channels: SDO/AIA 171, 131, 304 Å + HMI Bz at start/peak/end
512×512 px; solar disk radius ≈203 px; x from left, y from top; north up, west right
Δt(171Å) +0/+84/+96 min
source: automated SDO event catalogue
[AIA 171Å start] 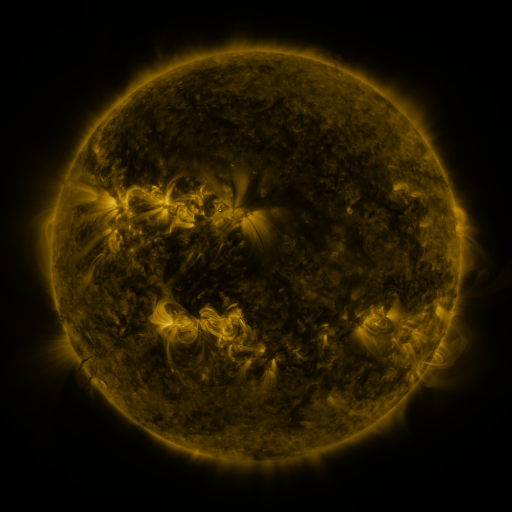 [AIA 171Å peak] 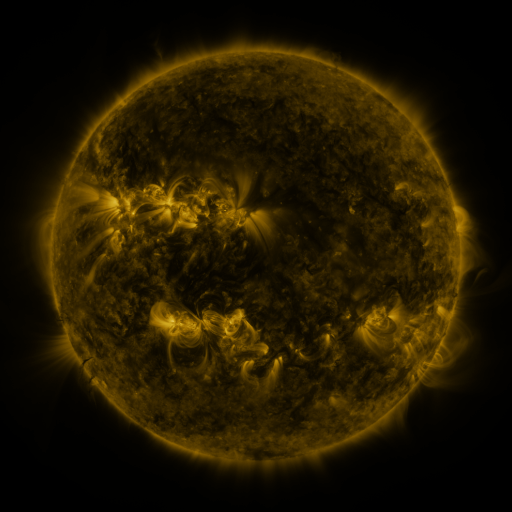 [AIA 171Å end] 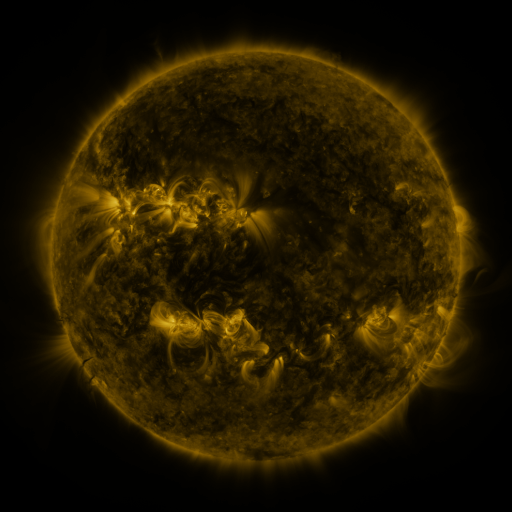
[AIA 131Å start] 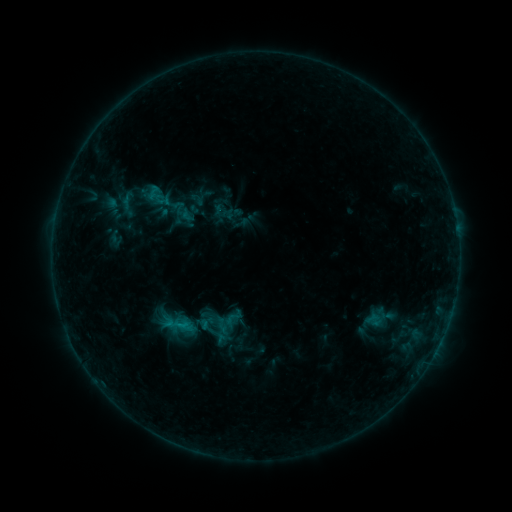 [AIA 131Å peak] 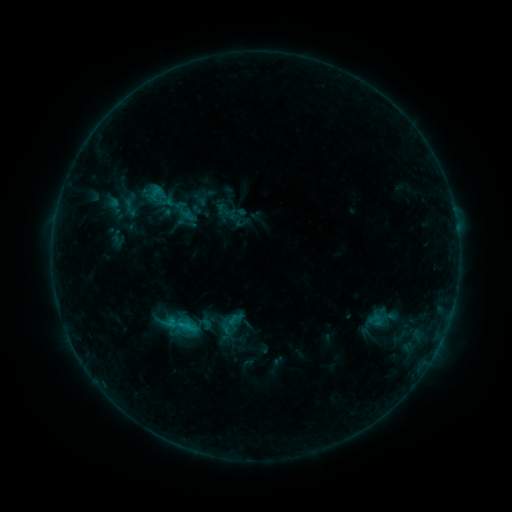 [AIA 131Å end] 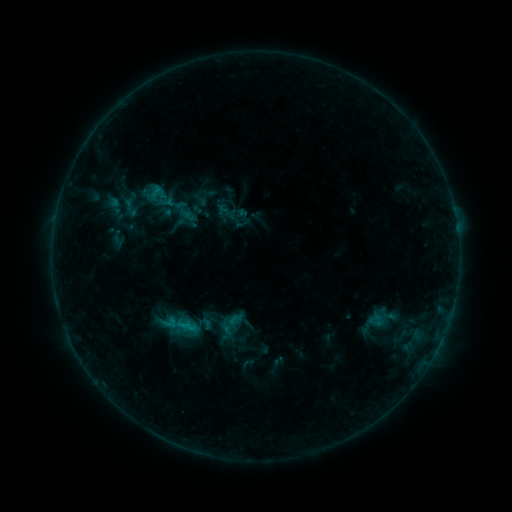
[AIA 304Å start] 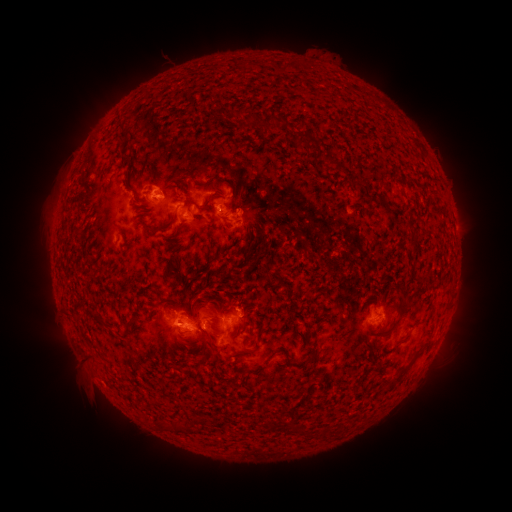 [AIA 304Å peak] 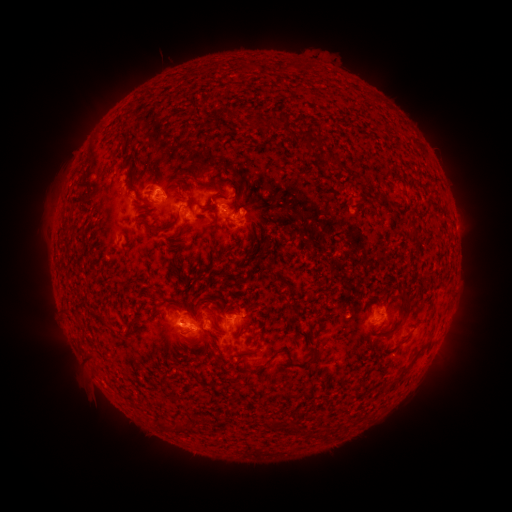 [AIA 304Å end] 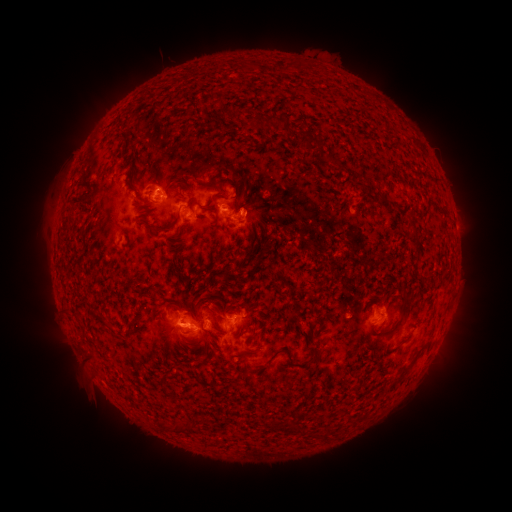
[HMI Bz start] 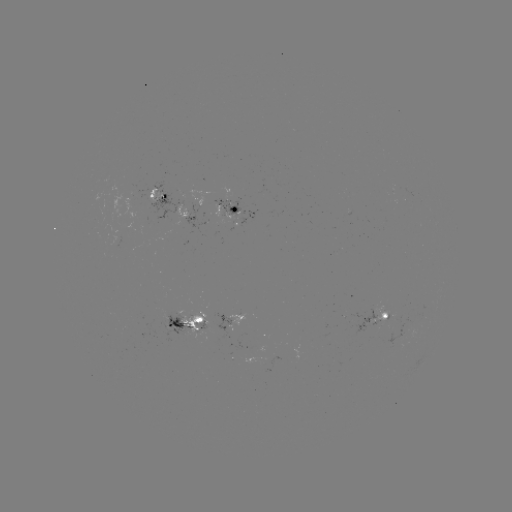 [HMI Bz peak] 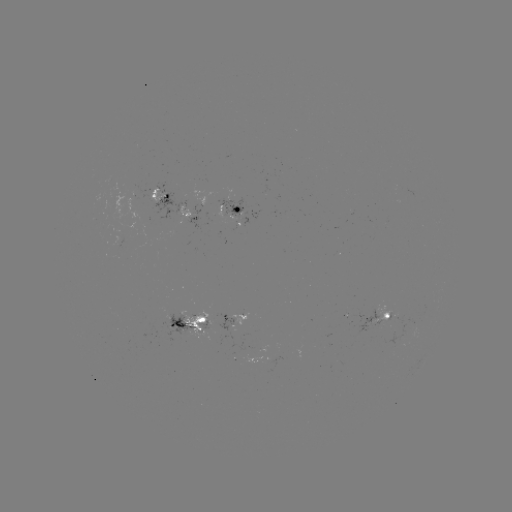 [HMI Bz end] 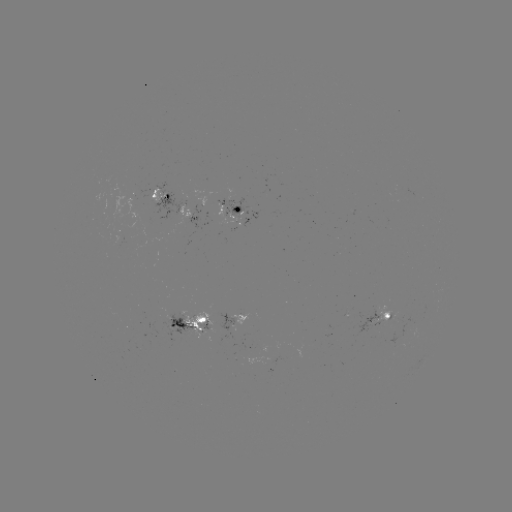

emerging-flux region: [220, 197, 243, 222]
